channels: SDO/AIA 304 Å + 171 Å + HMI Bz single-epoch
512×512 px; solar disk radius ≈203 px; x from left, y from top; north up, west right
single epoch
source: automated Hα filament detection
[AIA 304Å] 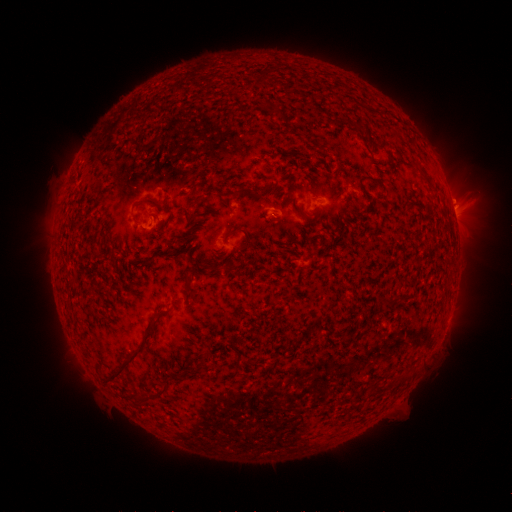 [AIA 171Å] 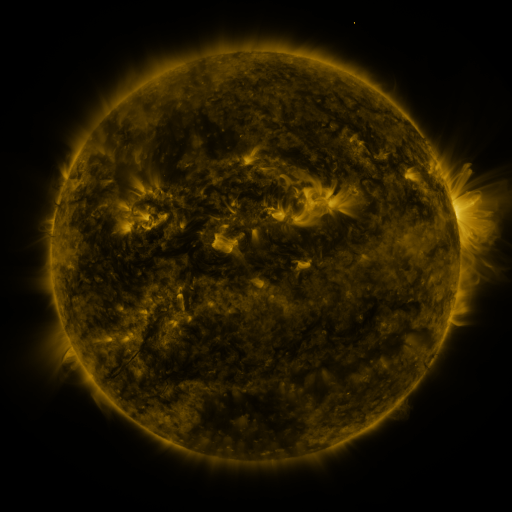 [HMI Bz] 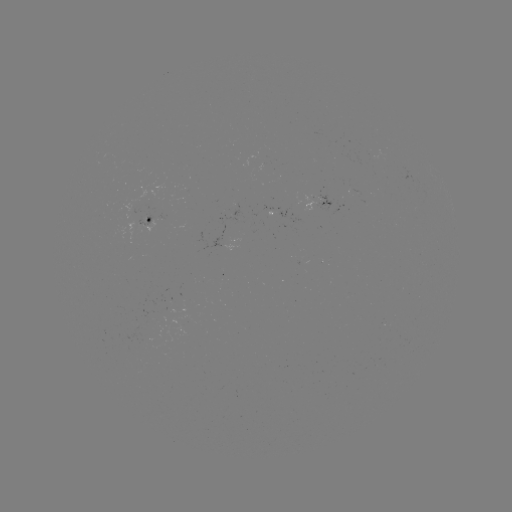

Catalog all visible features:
filament: <bbox>336, 160, 342, 172</bbox>
filament: <bbox>365, 176, 377, 183</bbox>
filament: <bbox>236, 185, 271, 196</bbox>
filament: <bbox>195, 196, 205, 204</bbox>
filament: <bbox>137, 197, 154, 204</bbox>
filament: <bbox>271, 212, 283, 221</bbox>
filament: <bbox>229, 227, 250, 246</bbox>
filament: <bbox>205, 261, 215, 271</bbox>
filament: <bbox>183, 276, 196, 294</bbox>
filament: <bbox>105, 313, 156, 381</bbox>
filament: <bbox>233, 354, 240, 366</bbox>
filament: <bbox>157, 376, 170, 395</bbox>
